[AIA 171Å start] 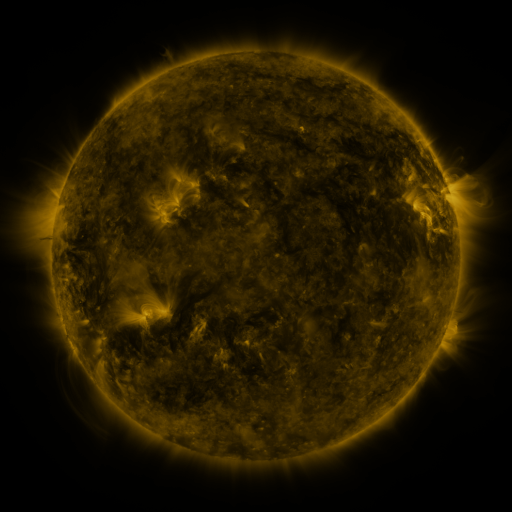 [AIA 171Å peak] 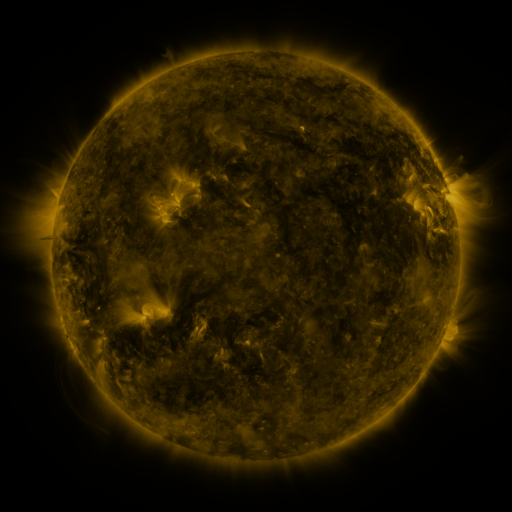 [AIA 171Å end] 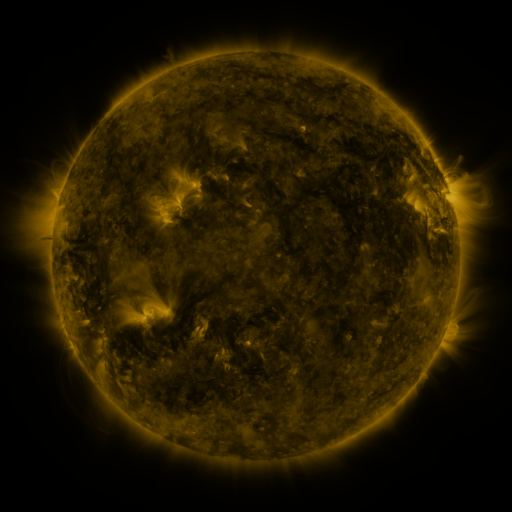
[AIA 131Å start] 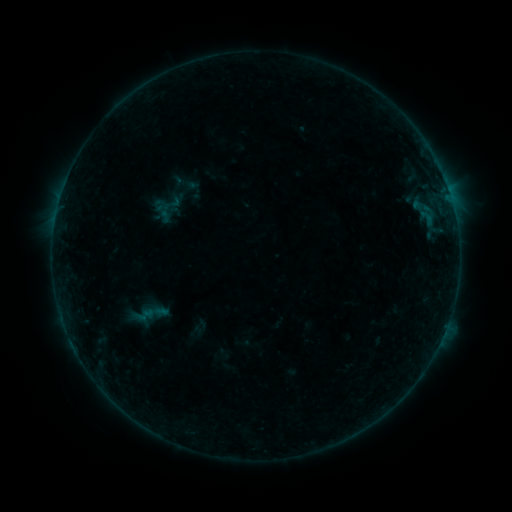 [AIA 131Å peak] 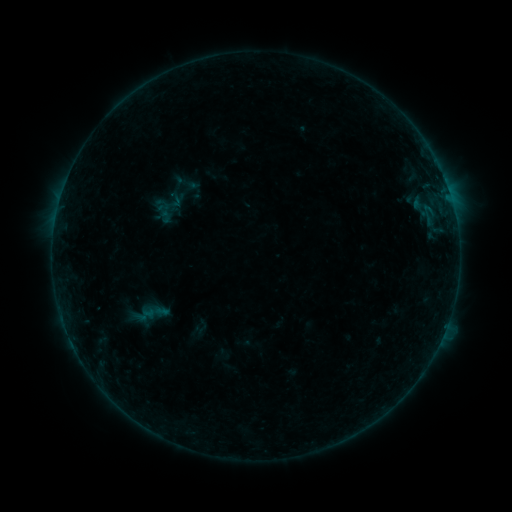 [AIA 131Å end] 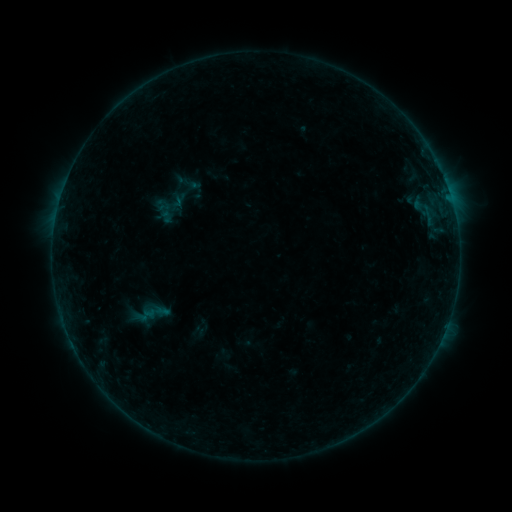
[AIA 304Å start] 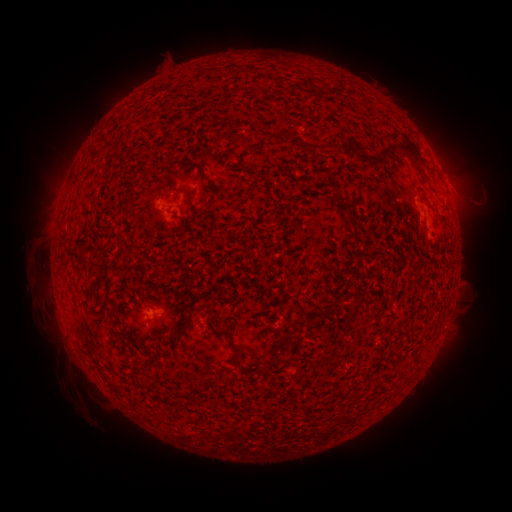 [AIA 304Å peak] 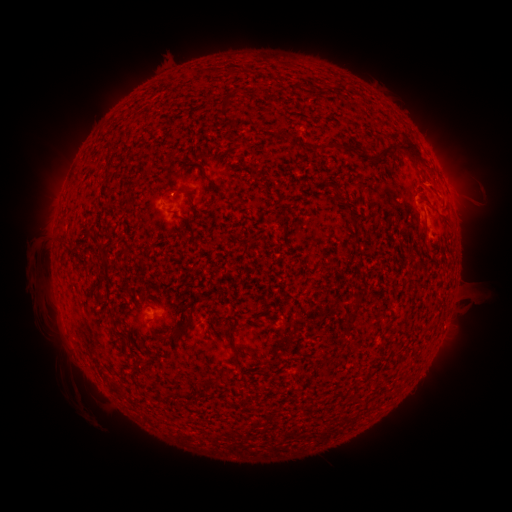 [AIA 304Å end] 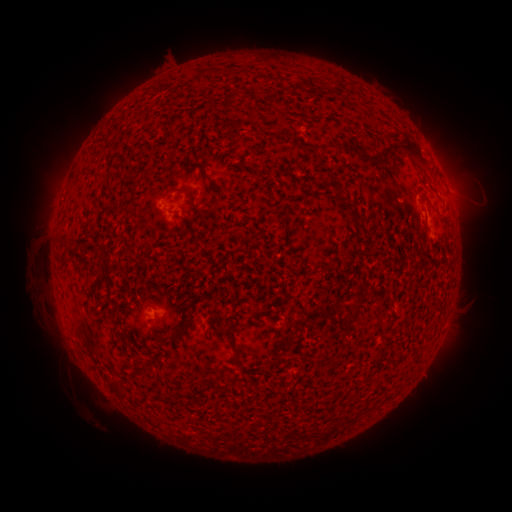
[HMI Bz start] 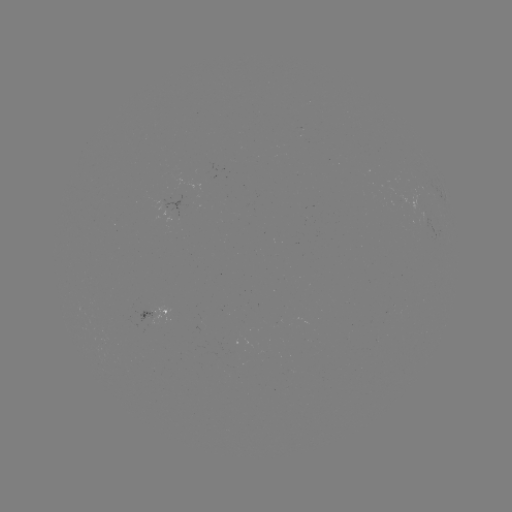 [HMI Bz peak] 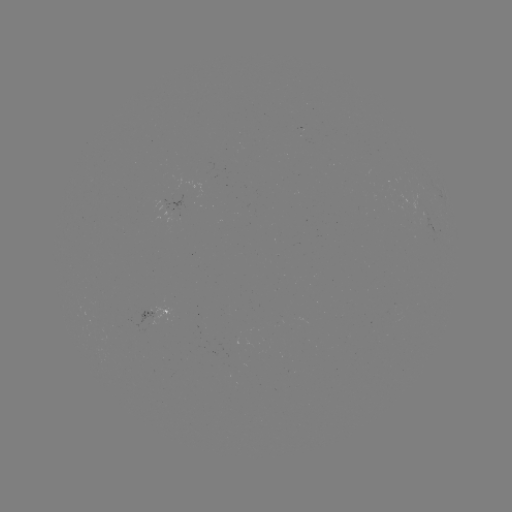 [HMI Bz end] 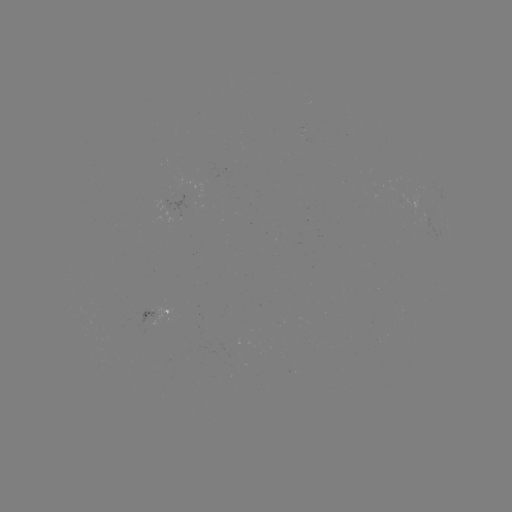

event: flare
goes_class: B2.2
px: (425, 207)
